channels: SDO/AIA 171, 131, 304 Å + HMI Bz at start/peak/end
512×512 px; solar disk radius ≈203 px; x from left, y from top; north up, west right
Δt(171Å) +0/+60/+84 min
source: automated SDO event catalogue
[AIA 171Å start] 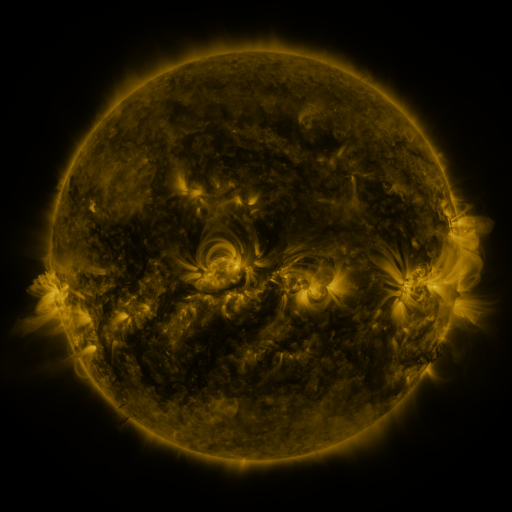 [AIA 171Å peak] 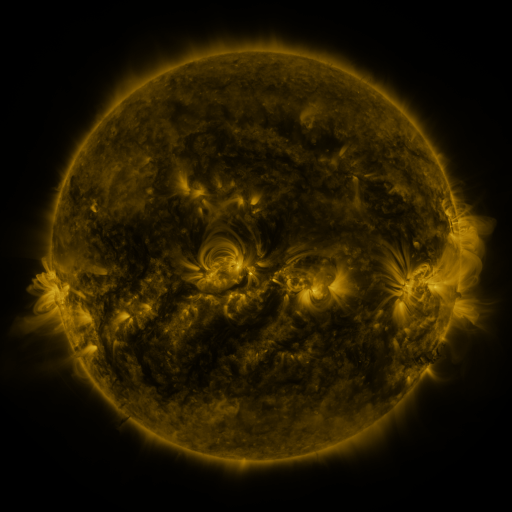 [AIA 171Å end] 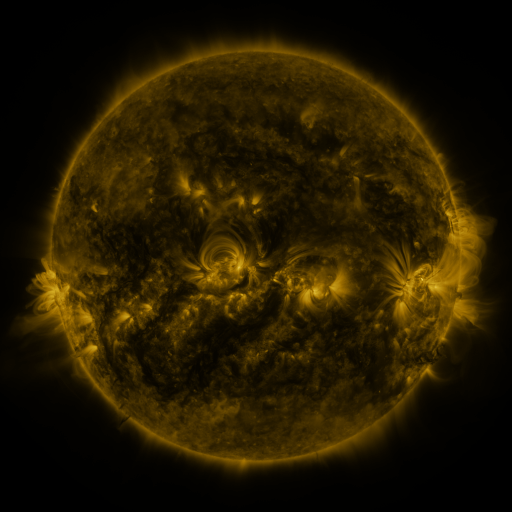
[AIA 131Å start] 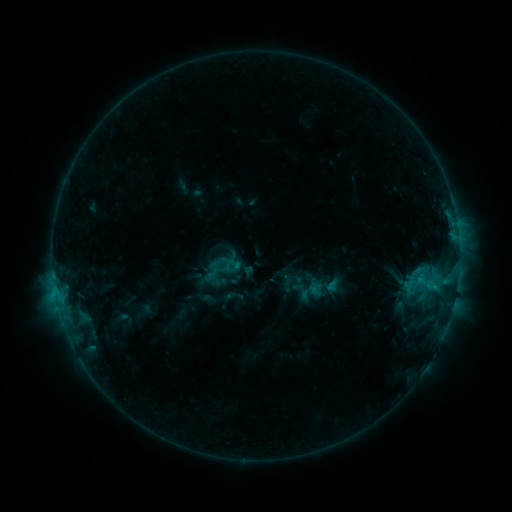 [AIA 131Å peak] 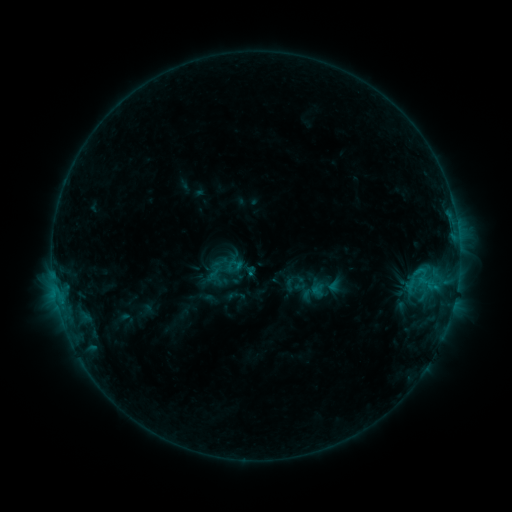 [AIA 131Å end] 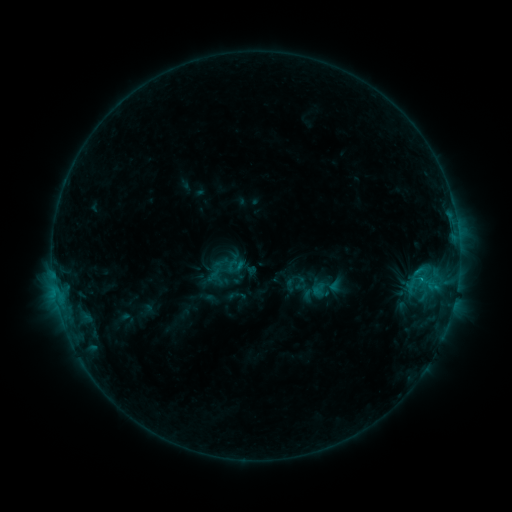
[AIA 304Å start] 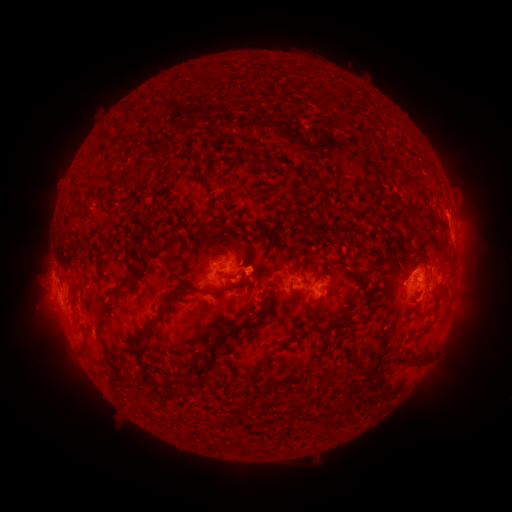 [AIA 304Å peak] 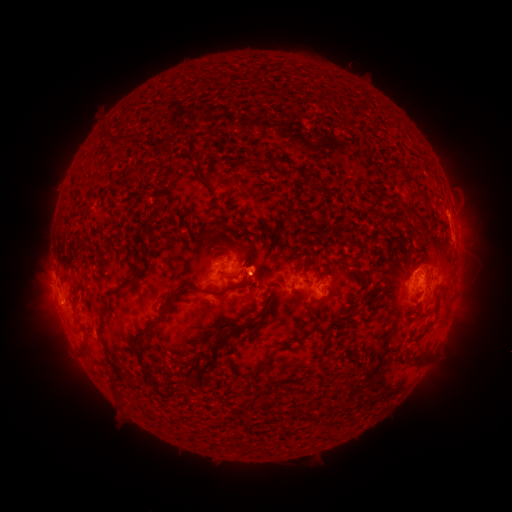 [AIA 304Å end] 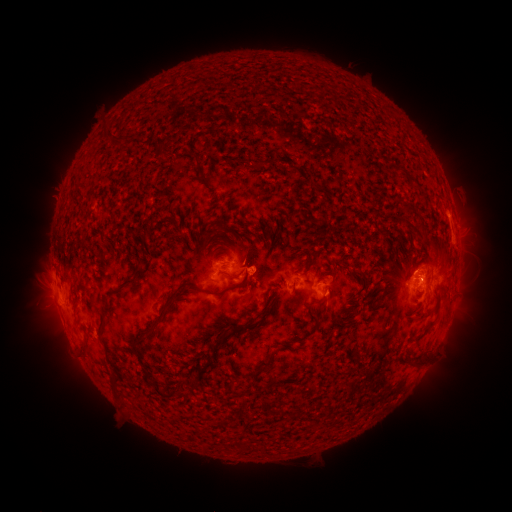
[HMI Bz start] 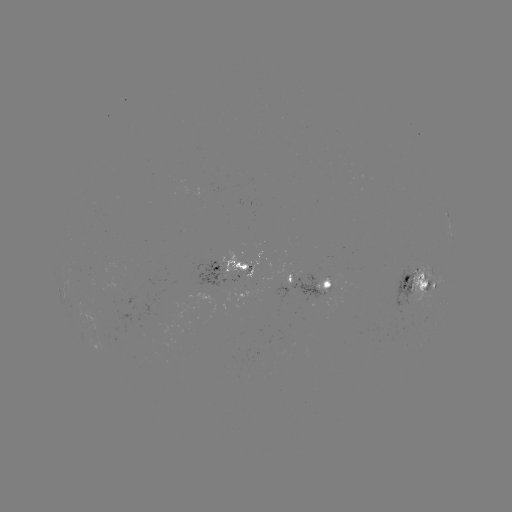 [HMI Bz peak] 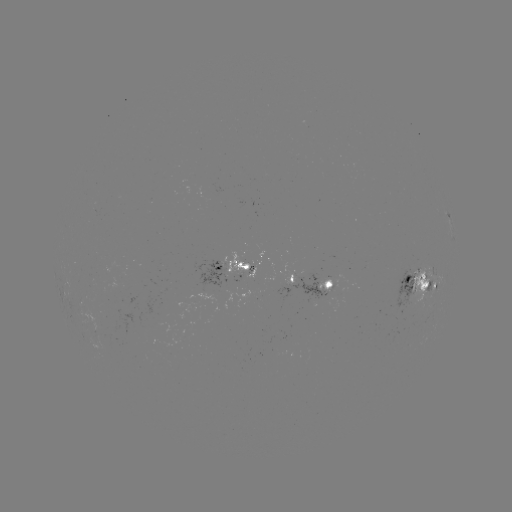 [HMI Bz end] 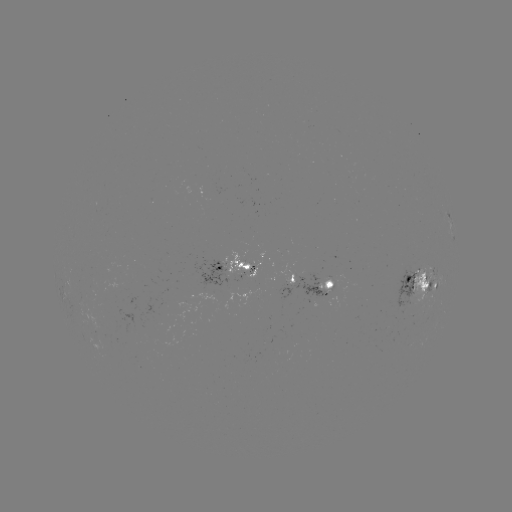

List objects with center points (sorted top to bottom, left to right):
emerging-flux region: (423, 281)
